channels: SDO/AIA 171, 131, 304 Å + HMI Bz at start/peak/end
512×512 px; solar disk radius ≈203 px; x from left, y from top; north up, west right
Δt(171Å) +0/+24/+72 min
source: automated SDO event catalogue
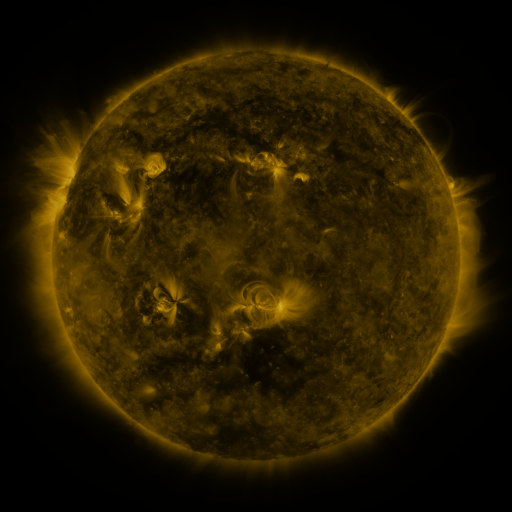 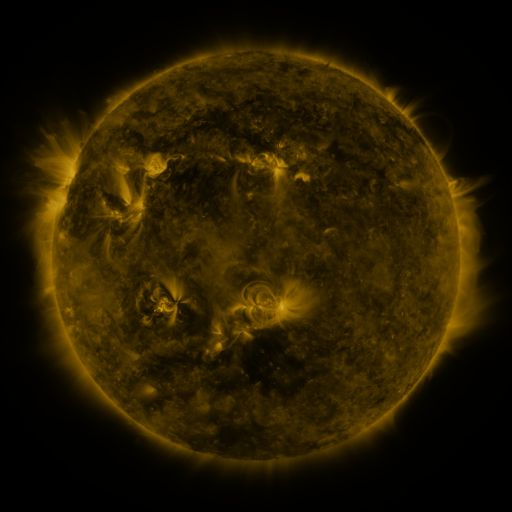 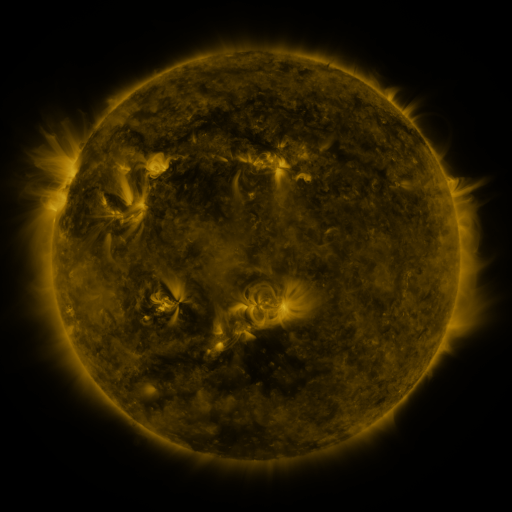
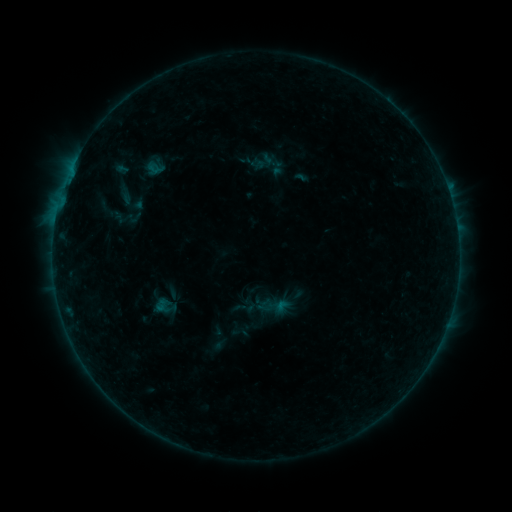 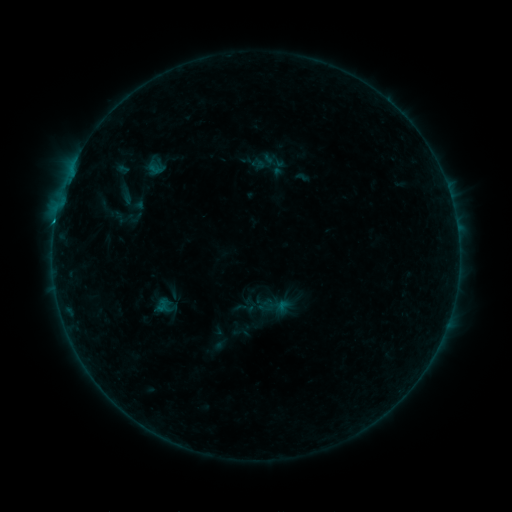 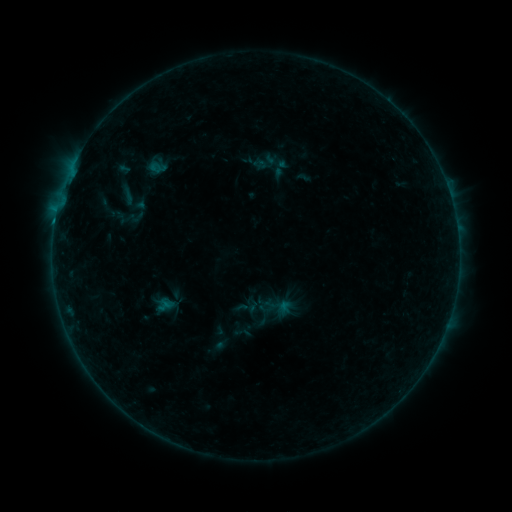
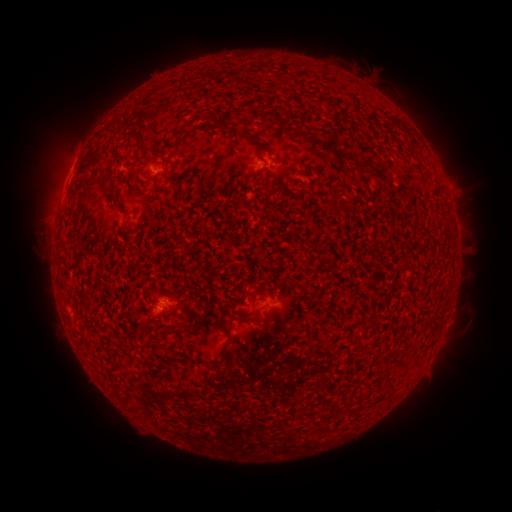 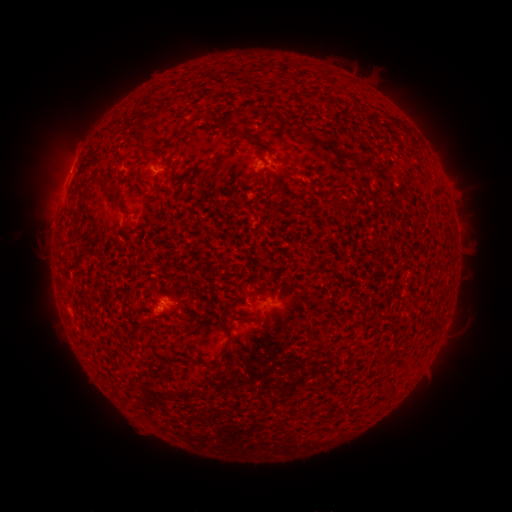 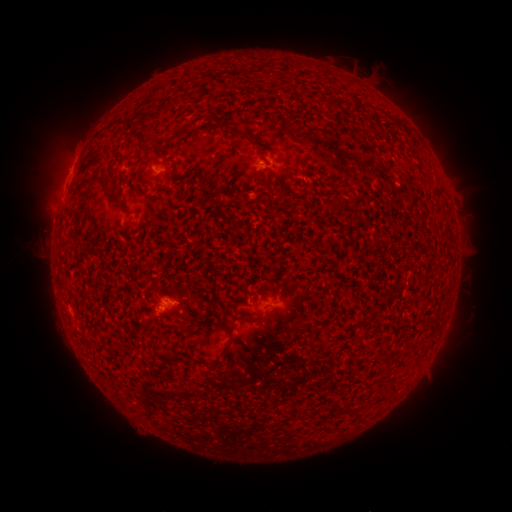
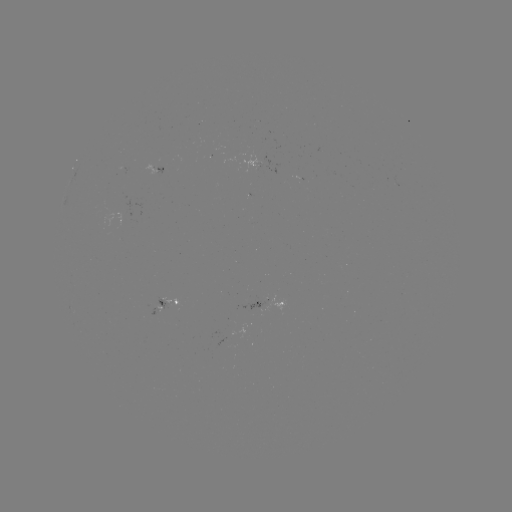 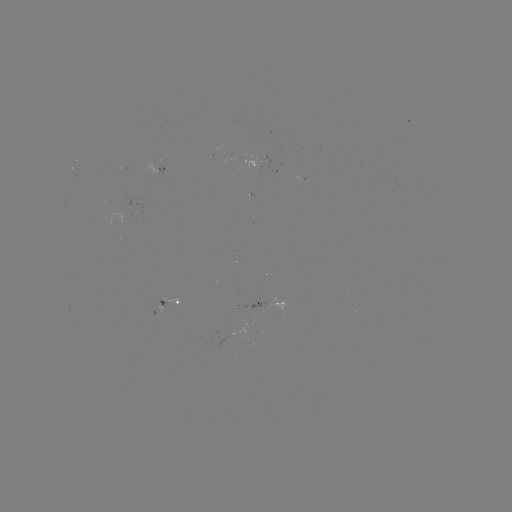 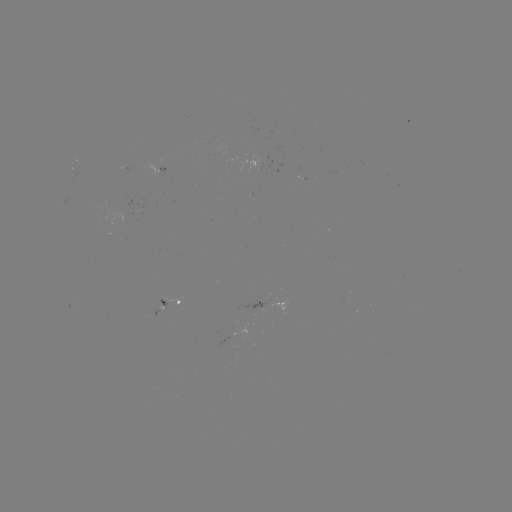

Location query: B8.1 flare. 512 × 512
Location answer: (153, 171).